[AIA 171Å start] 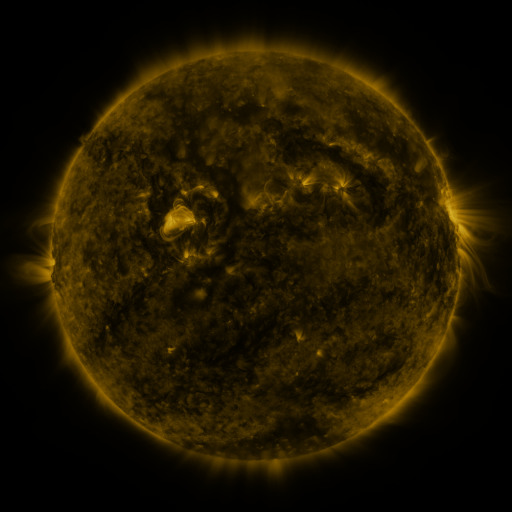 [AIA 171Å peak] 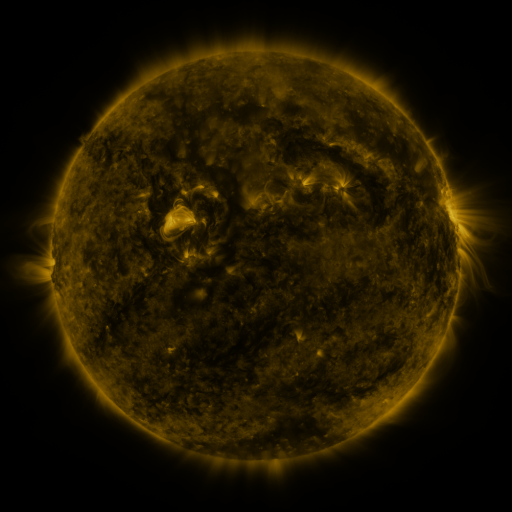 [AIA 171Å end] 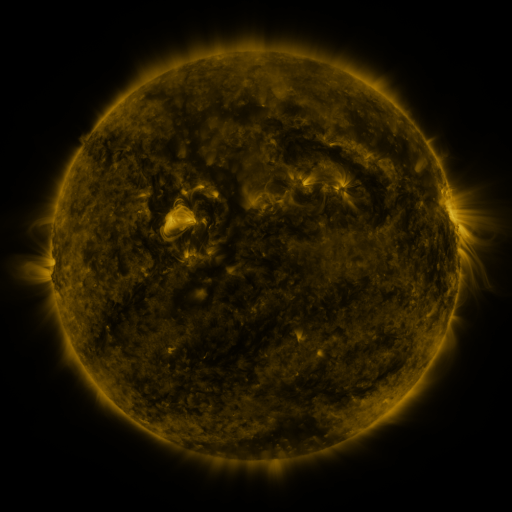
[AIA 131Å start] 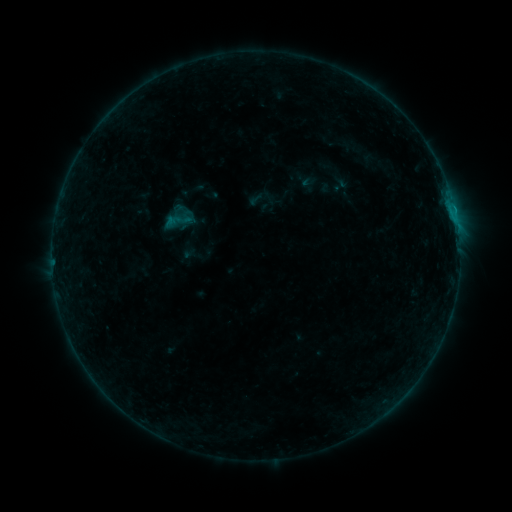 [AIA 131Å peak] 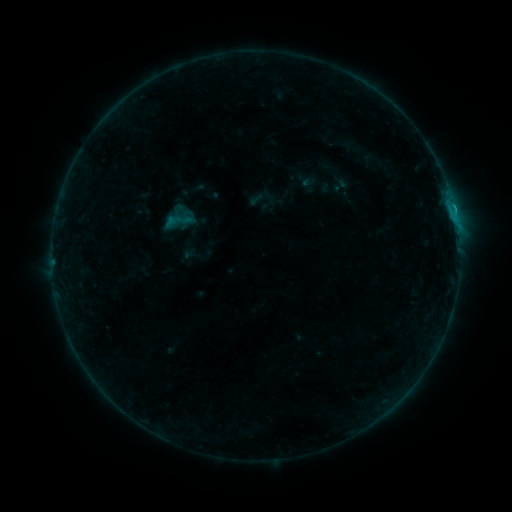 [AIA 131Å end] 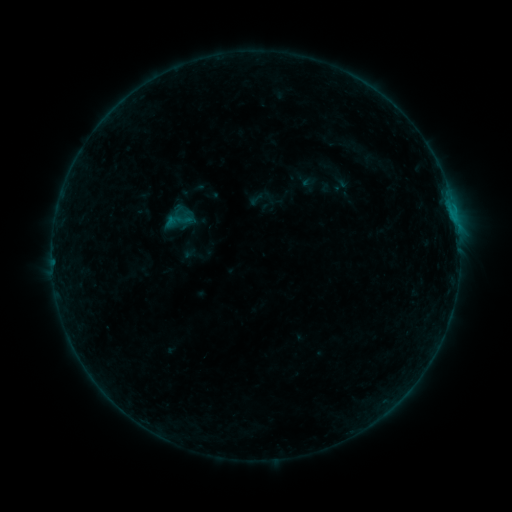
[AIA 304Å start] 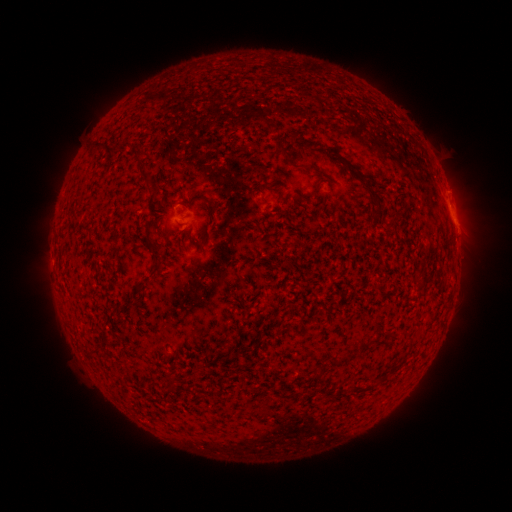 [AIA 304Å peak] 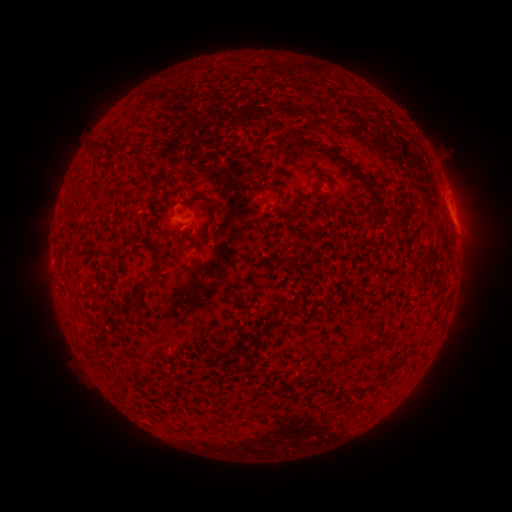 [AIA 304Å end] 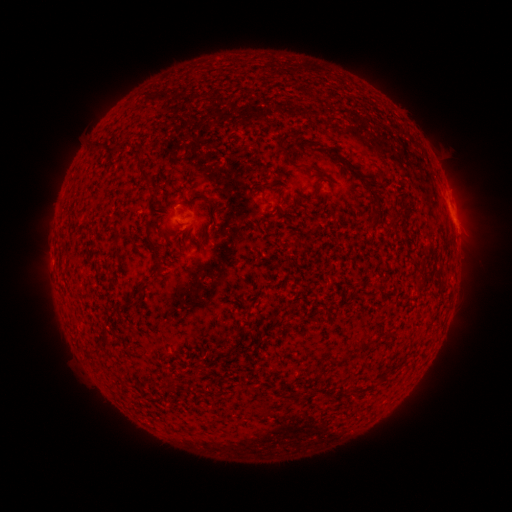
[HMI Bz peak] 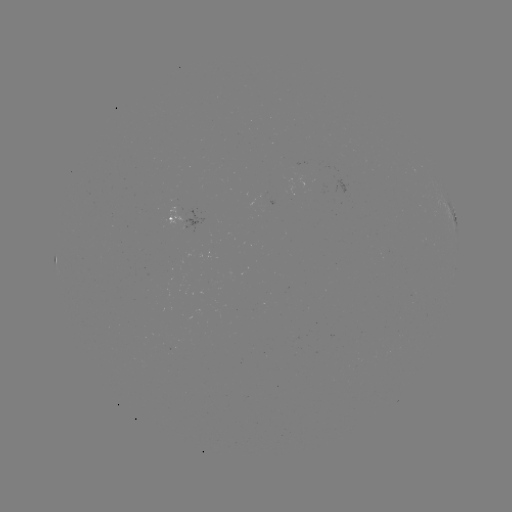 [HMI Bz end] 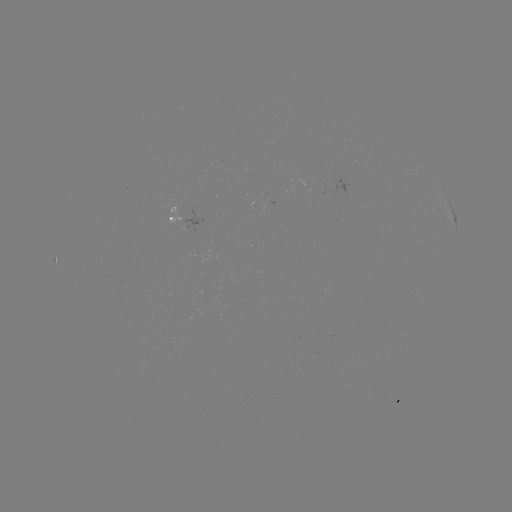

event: flare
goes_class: B3.8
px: (453, 209)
